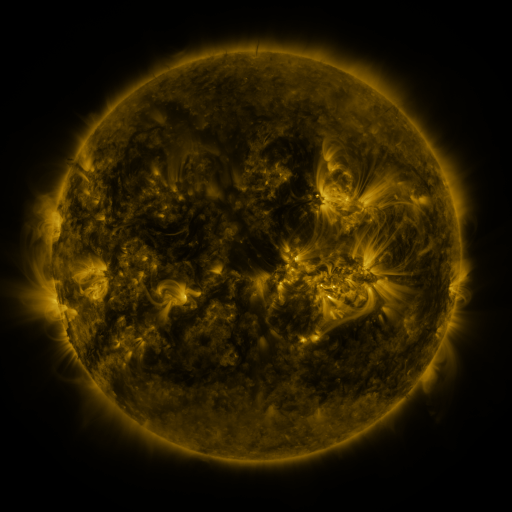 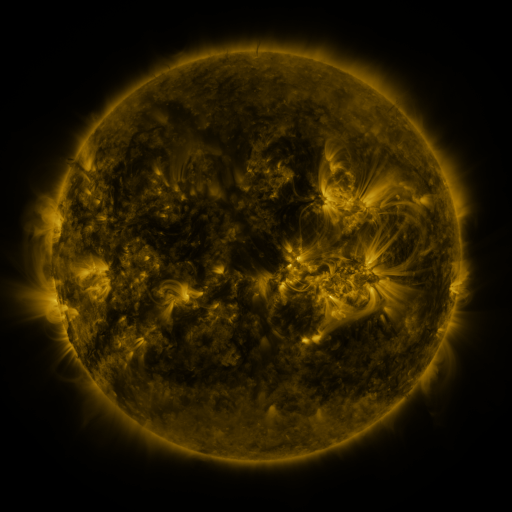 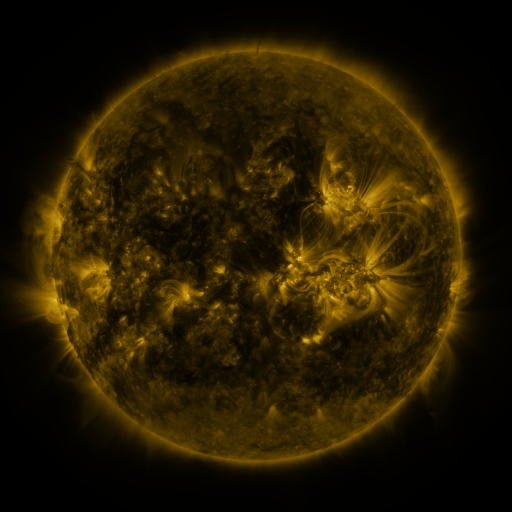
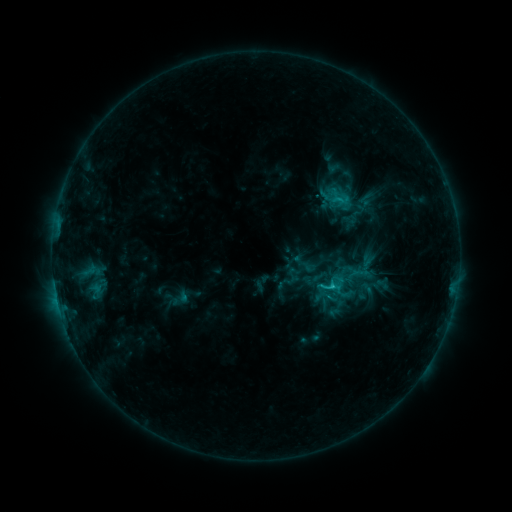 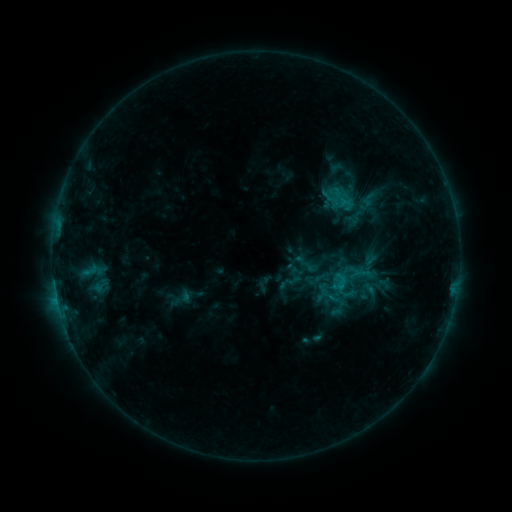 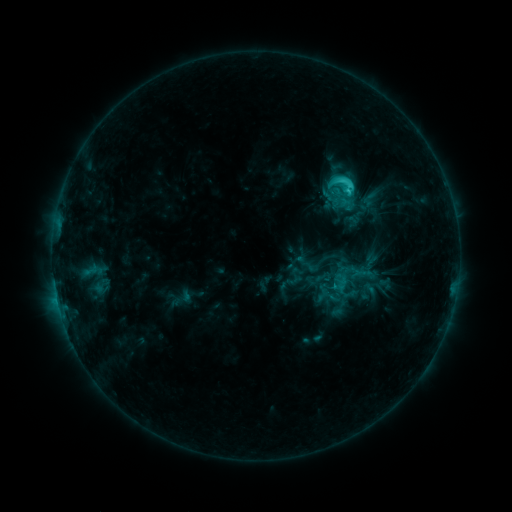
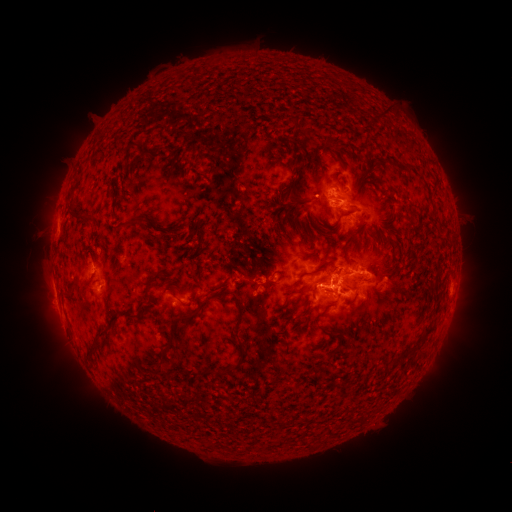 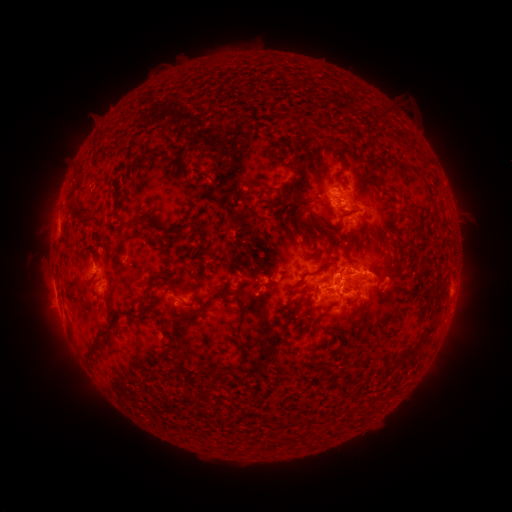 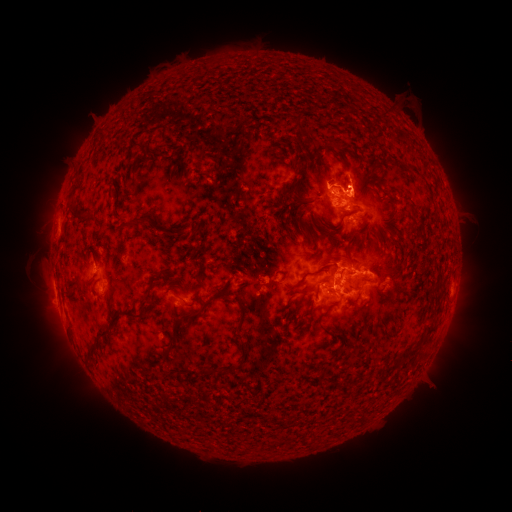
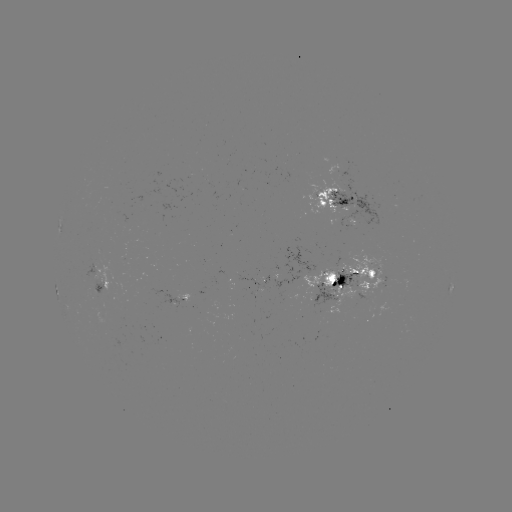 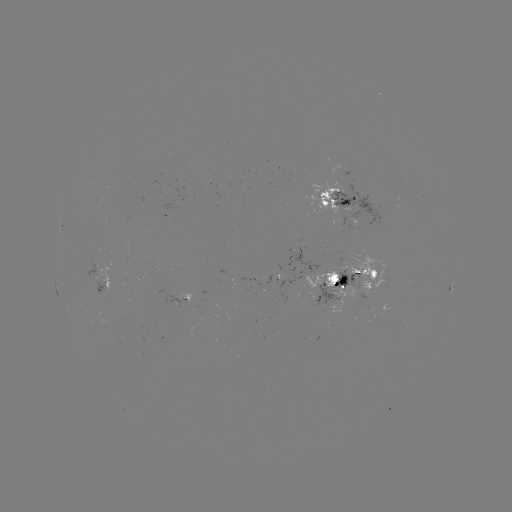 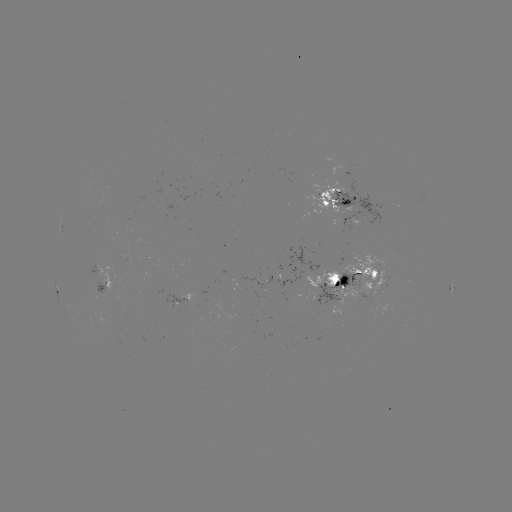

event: emerging-flux region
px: (315, 296)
